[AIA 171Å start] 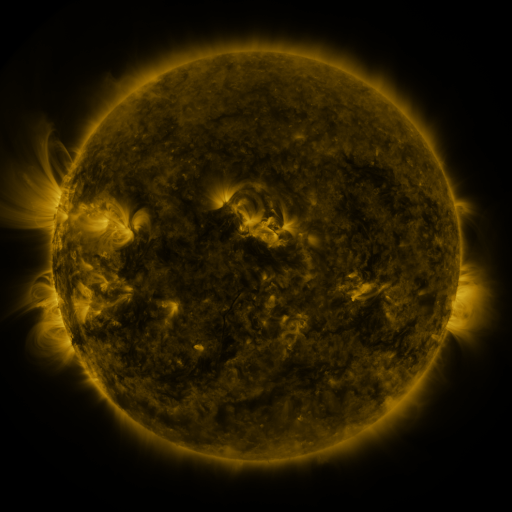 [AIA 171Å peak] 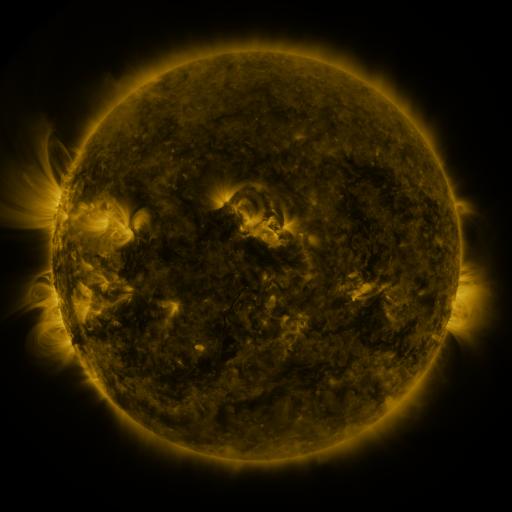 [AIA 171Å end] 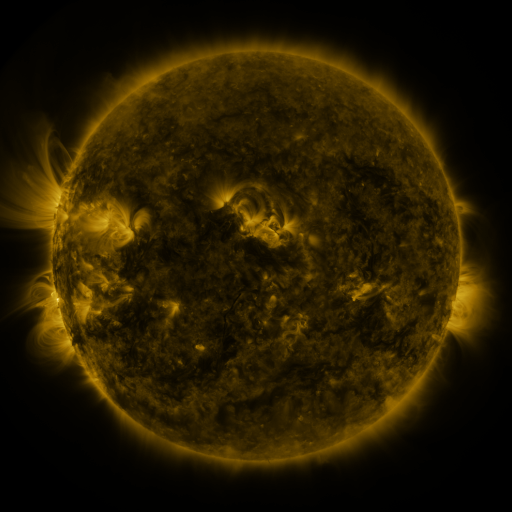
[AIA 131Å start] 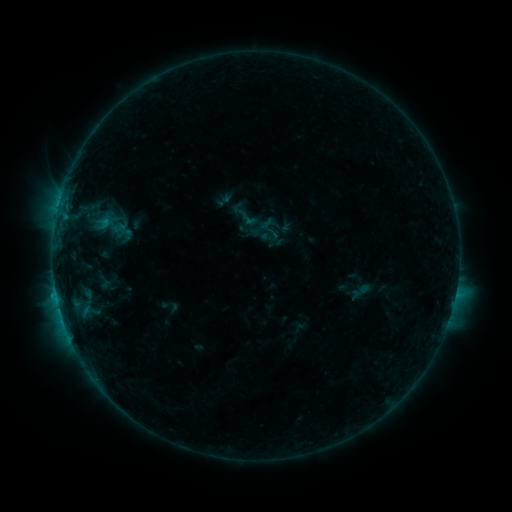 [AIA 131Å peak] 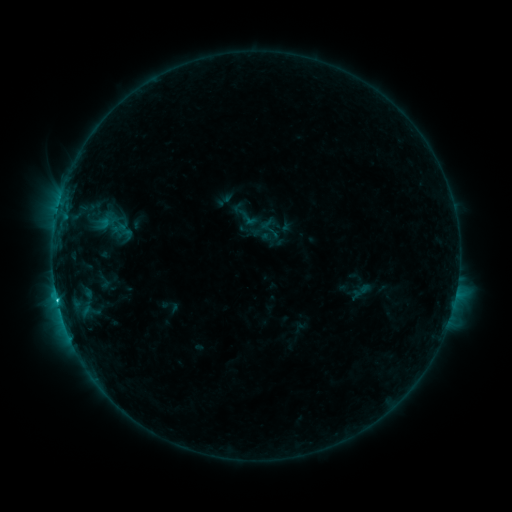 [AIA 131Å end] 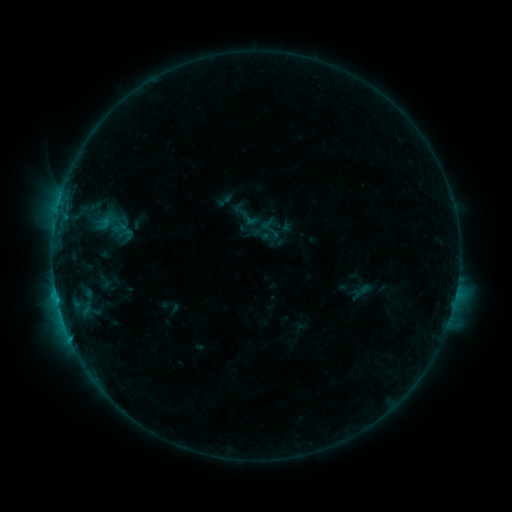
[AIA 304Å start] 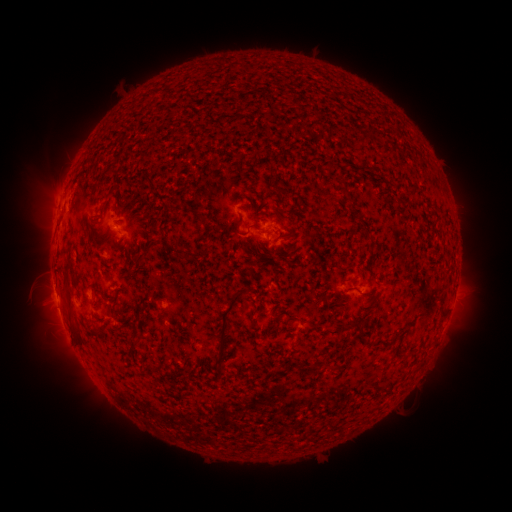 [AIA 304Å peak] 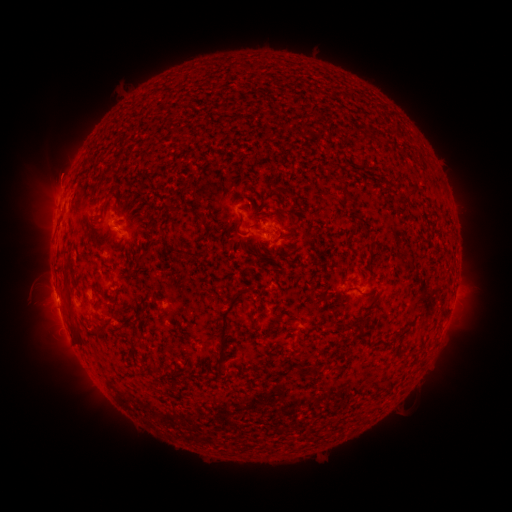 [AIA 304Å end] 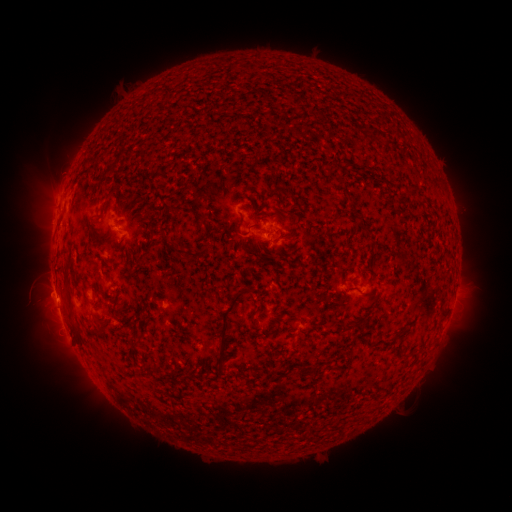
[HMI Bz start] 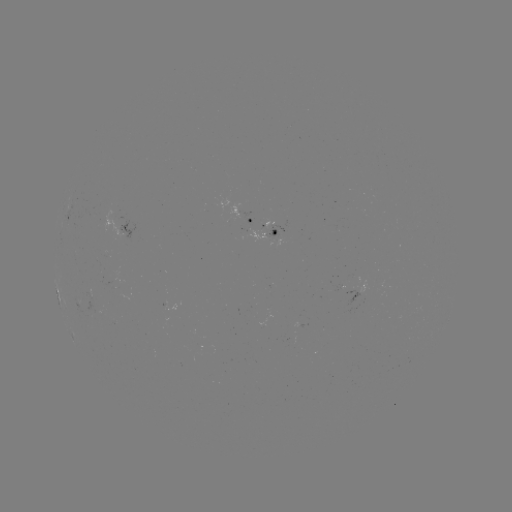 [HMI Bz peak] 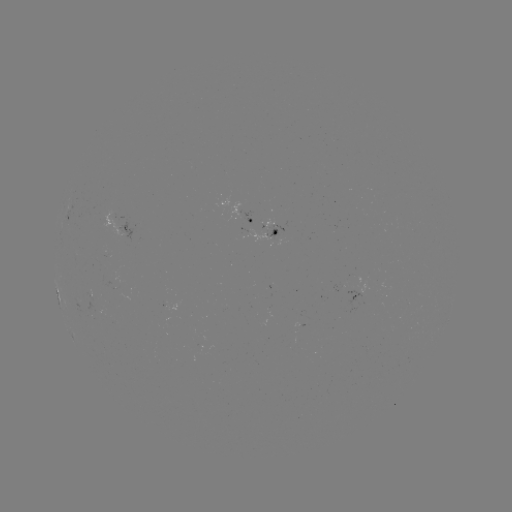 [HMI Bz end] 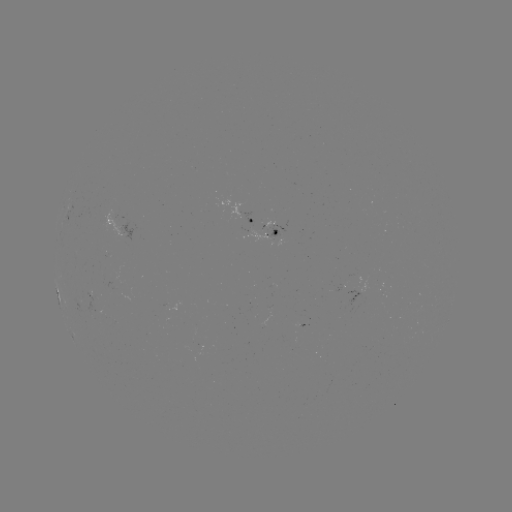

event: flare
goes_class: C1.0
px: (57, 298)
